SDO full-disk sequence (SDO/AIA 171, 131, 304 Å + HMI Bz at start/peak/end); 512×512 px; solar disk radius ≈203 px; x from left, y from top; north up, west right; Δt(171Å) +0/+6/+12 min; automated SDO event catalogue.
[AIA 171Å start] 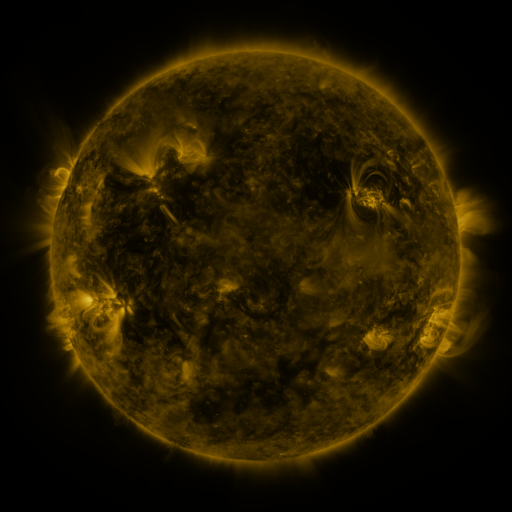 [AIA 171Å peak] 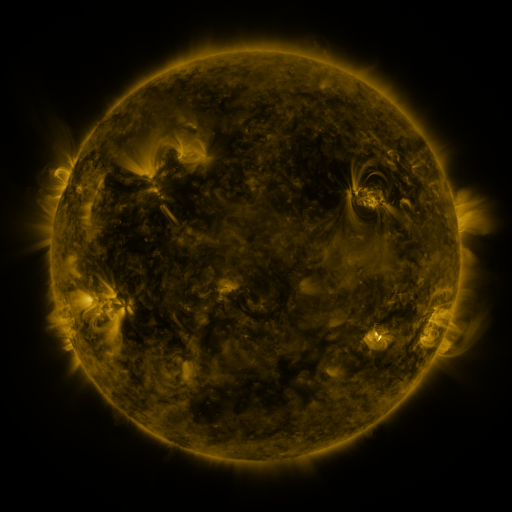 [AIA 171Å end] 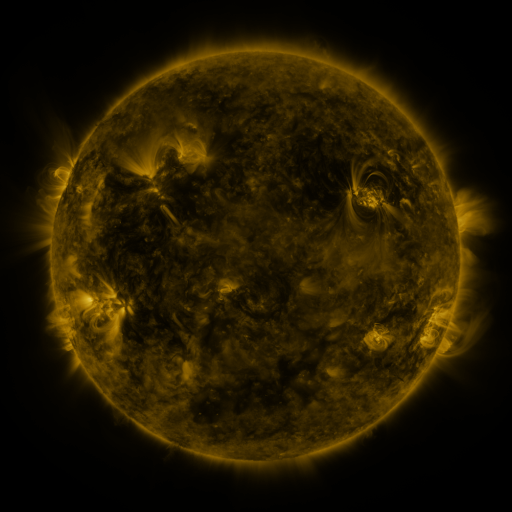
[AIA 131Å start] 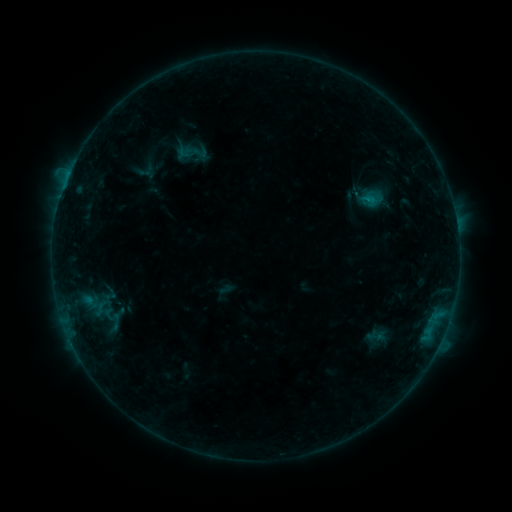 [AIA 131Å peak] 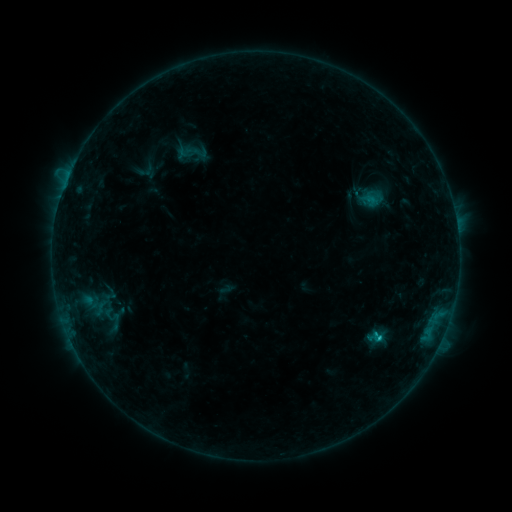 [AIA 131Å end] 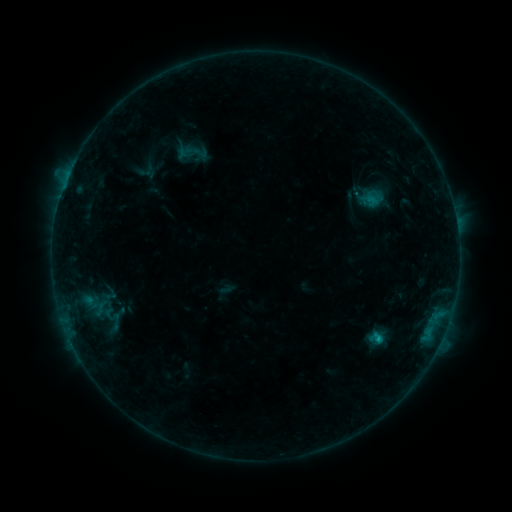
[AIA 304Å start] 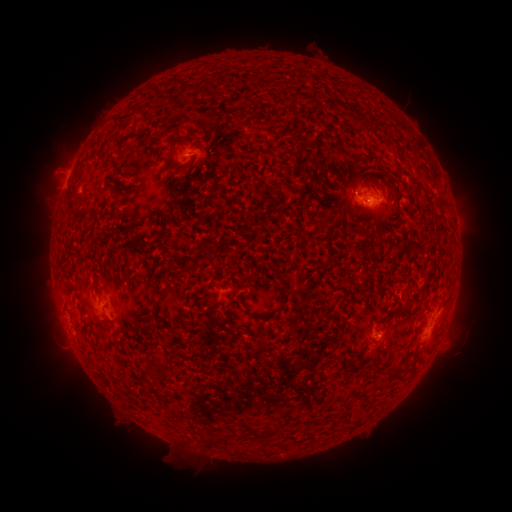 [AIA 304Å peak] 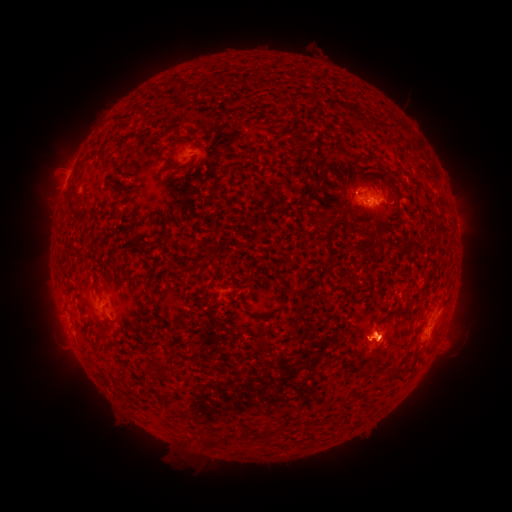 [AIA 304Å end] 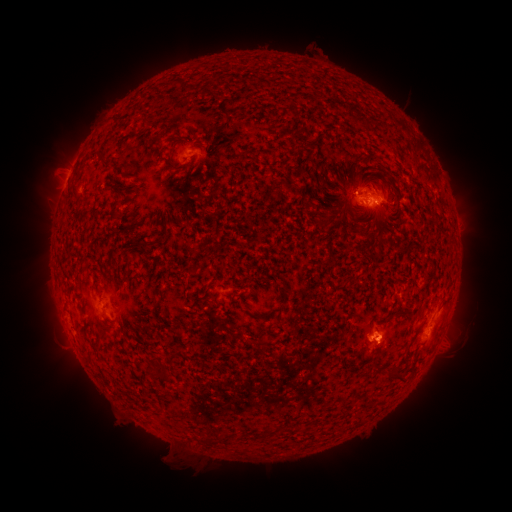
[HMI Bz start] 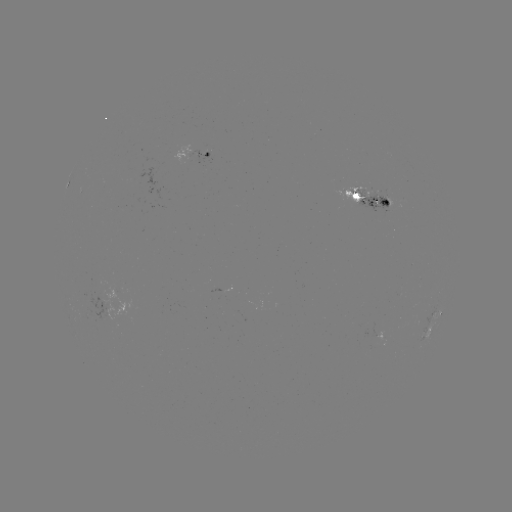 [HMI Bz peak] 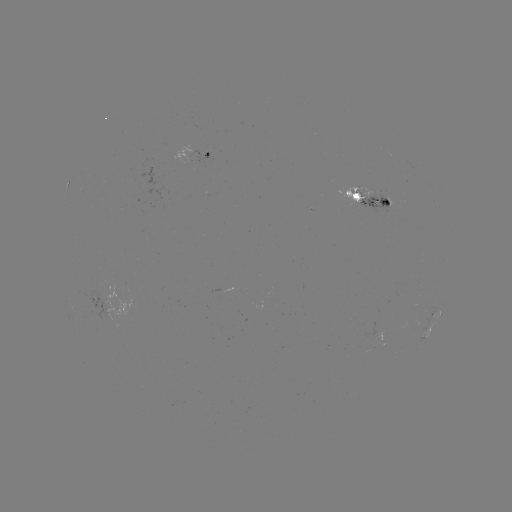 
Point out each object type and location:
C1.2 flare: (379, 336)
